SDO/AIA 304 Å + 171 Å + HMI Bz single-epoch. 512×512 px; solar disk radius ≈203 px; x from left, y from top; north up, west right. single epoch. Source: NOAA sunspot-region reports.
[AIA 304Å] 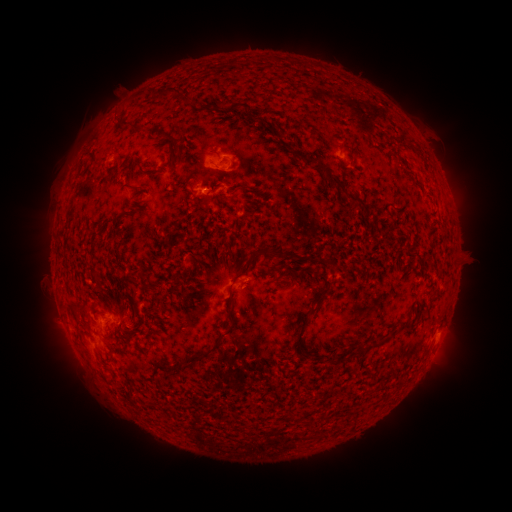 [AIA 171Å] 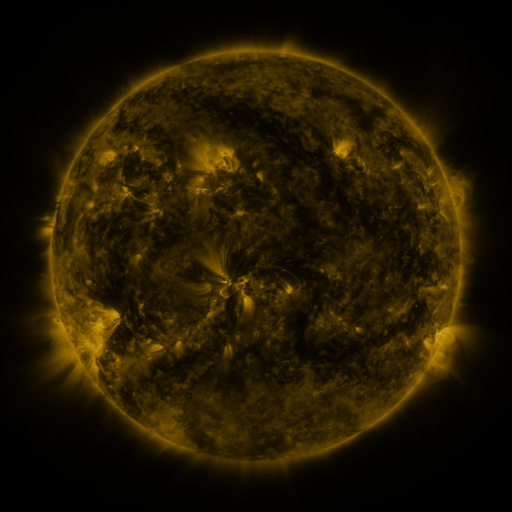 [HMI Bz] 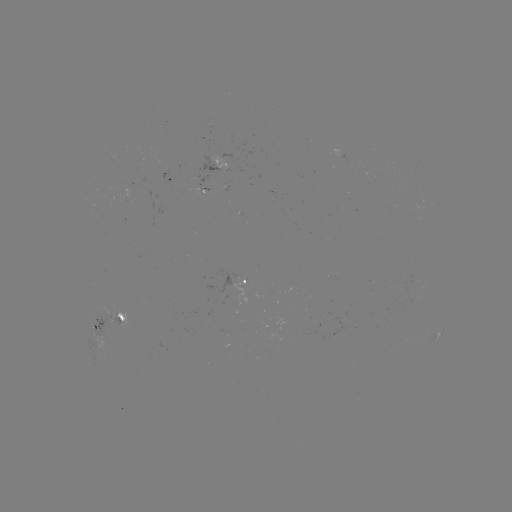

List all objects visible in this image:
spotted active region: (341, 156)
spotted active region: (219, 167)
spotted active region: (173, 179)
spotted active region: (249, 292)
spotted active region: (109, 324)
spotted active region: (437, 337)
